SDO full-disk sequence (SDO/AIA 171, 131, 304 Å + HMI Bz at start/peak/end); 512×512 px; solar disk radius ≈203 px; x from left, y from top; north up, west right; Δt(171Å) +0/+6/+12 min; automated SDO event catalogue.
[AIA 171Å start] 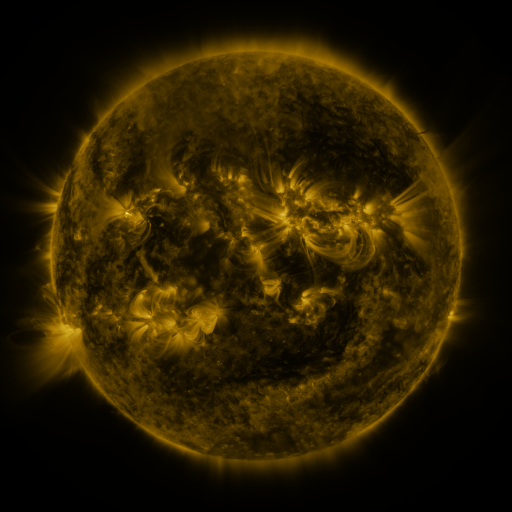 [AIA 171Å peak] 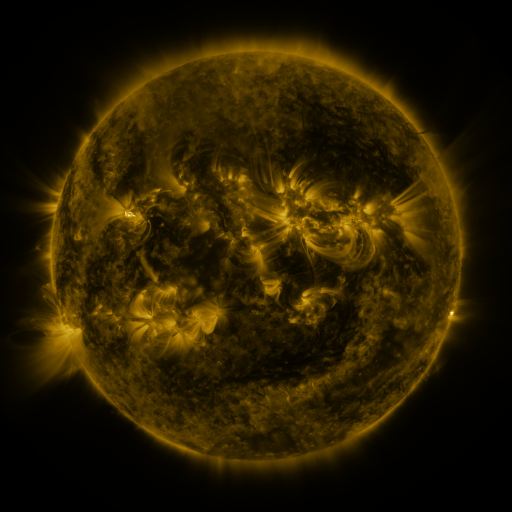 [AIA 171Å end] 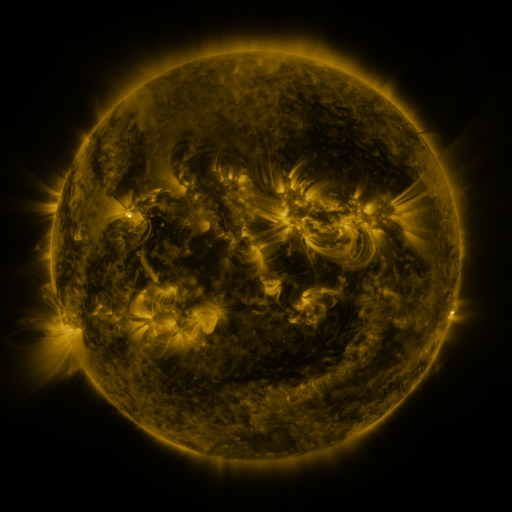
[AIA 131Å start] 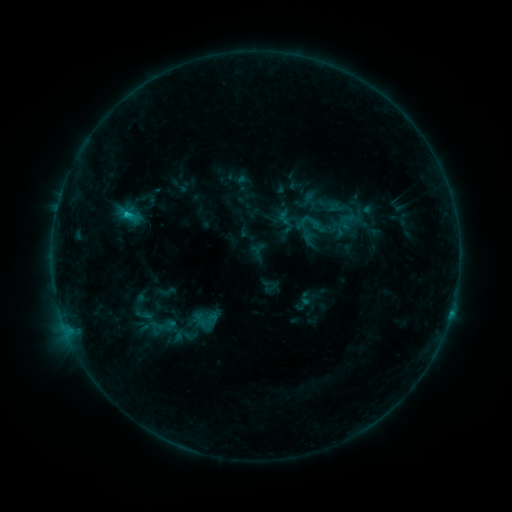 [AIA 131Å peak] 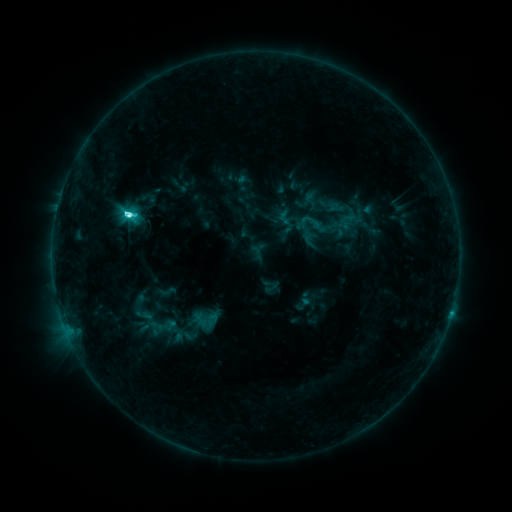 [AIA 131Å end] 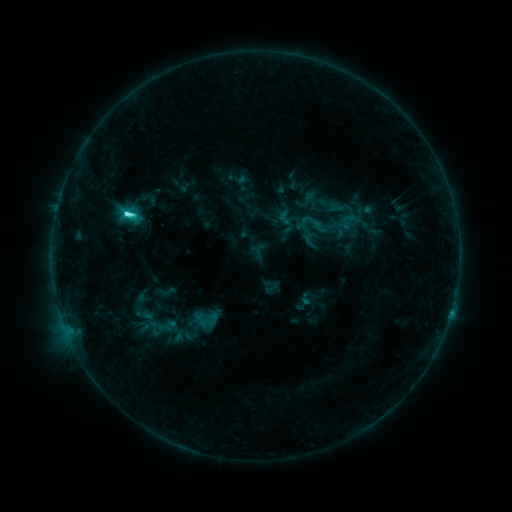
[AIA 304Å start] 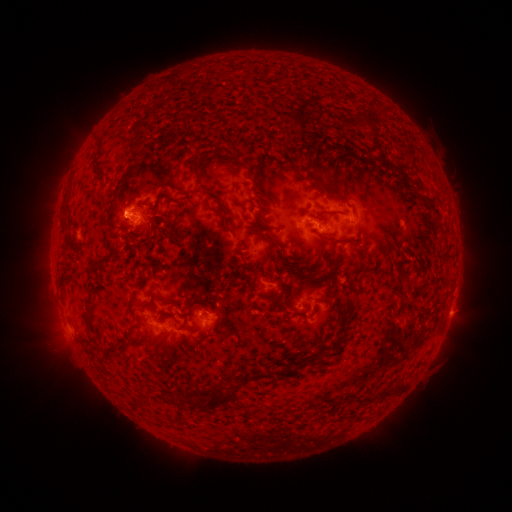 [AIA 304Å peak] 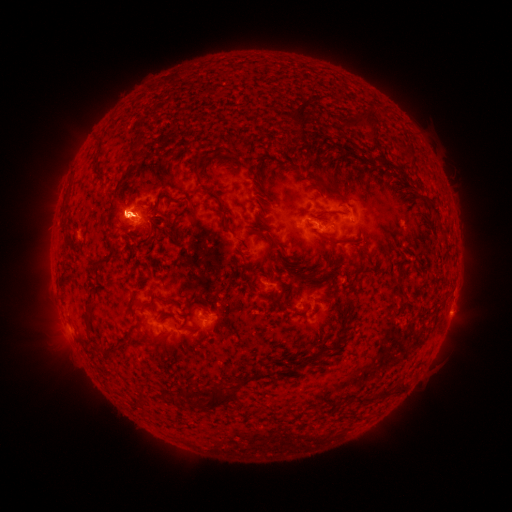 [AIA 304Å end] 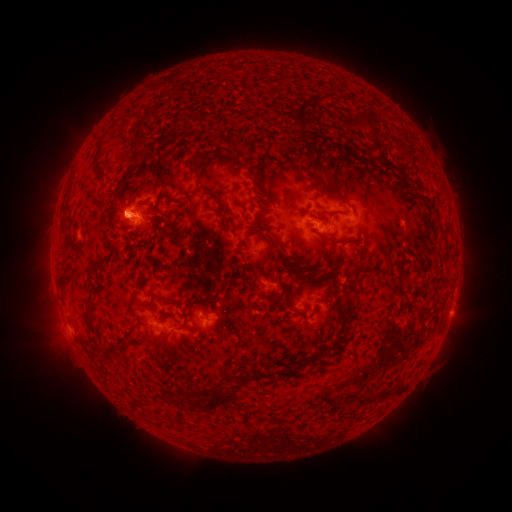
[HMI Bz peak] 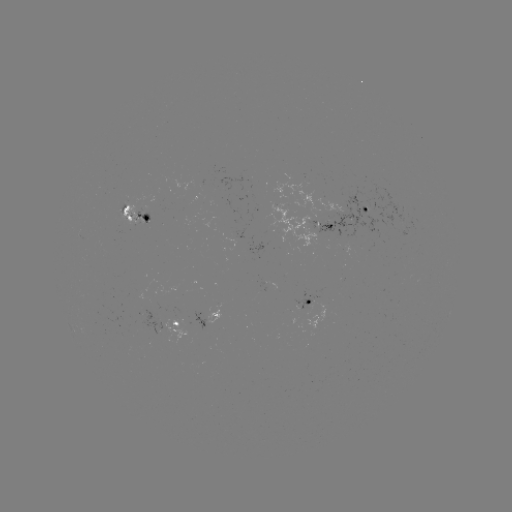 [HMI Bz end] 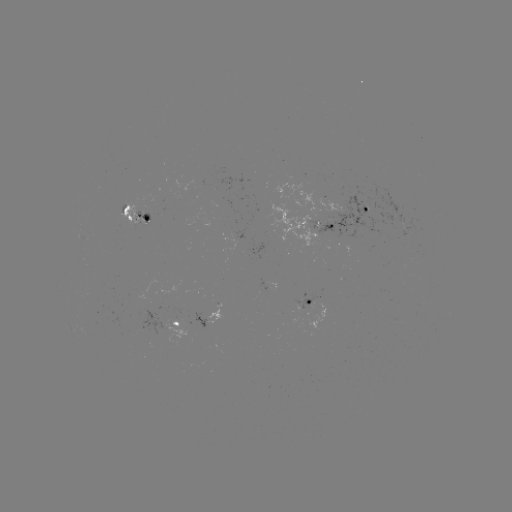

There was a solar flare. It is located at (131, 215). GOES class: C5.7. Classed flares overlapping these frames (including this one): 1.